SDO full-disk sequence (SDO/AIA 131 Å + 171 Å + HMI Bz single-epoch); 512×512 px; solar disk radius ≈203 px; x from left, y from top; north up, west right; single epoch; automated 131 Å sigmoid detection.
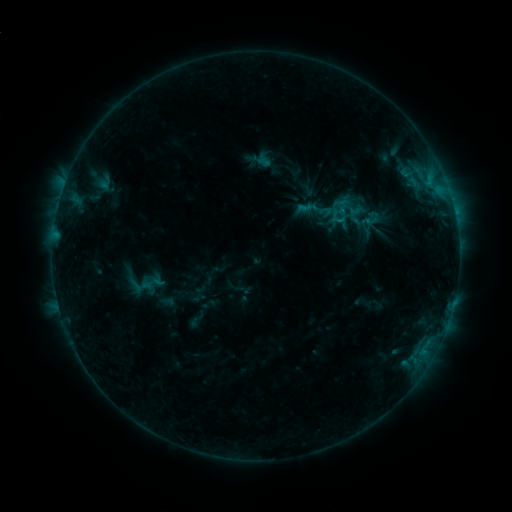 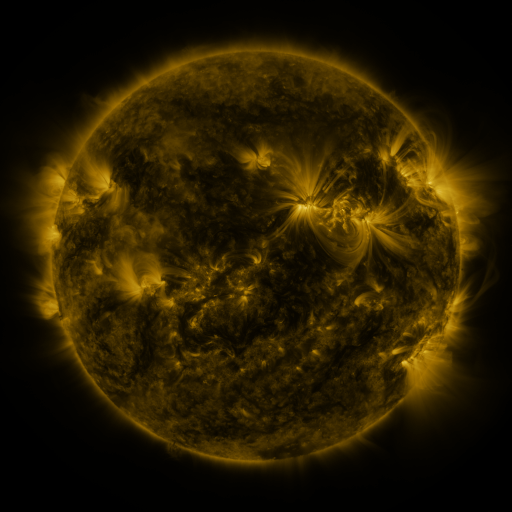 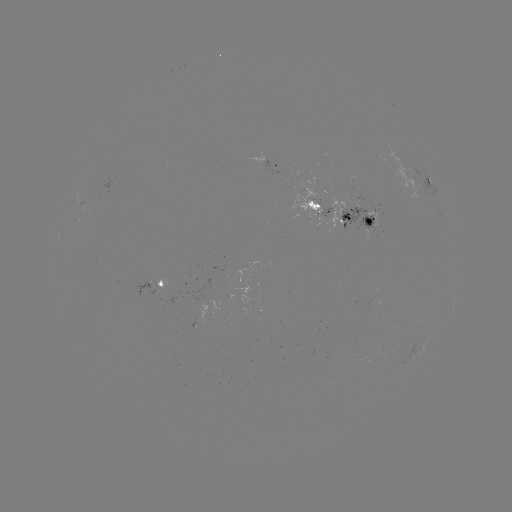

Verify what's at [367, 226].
sigmoid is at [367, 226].